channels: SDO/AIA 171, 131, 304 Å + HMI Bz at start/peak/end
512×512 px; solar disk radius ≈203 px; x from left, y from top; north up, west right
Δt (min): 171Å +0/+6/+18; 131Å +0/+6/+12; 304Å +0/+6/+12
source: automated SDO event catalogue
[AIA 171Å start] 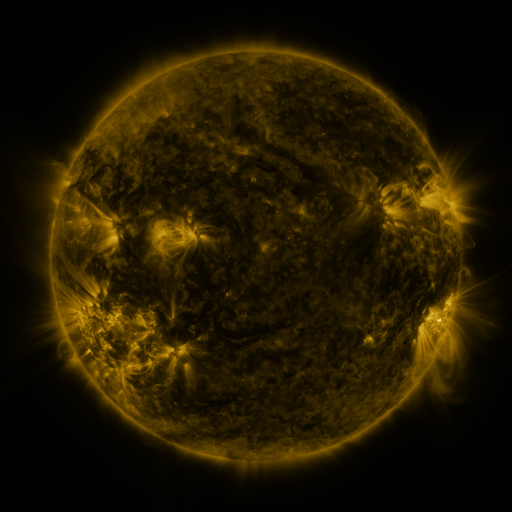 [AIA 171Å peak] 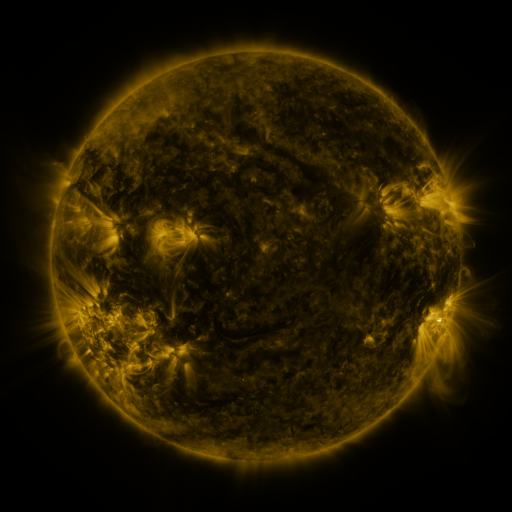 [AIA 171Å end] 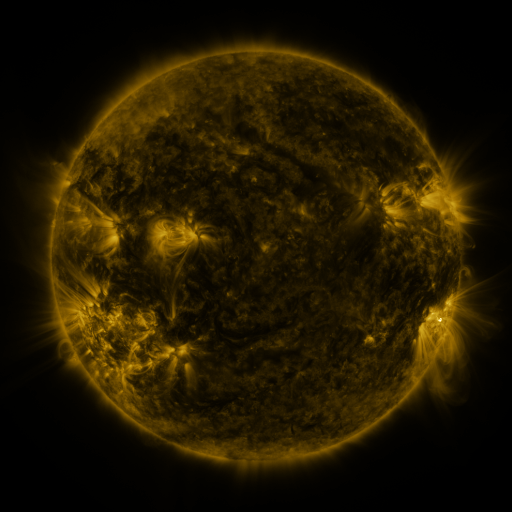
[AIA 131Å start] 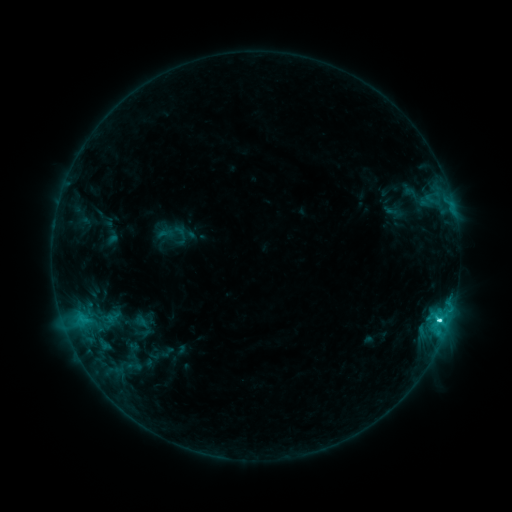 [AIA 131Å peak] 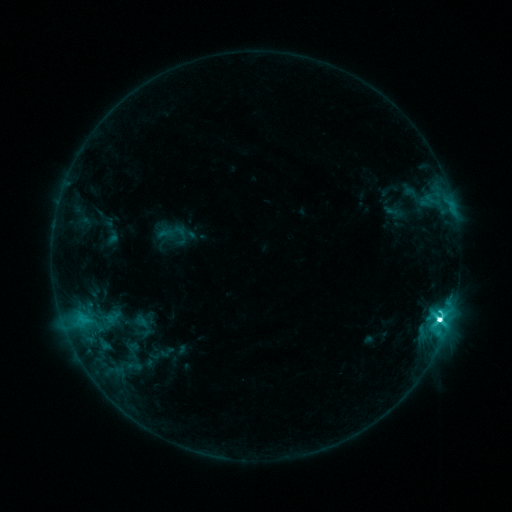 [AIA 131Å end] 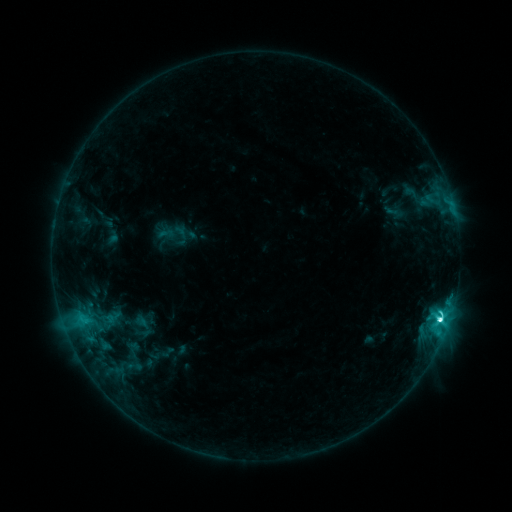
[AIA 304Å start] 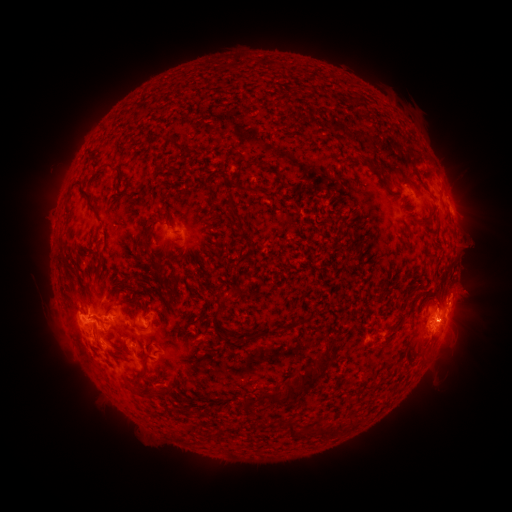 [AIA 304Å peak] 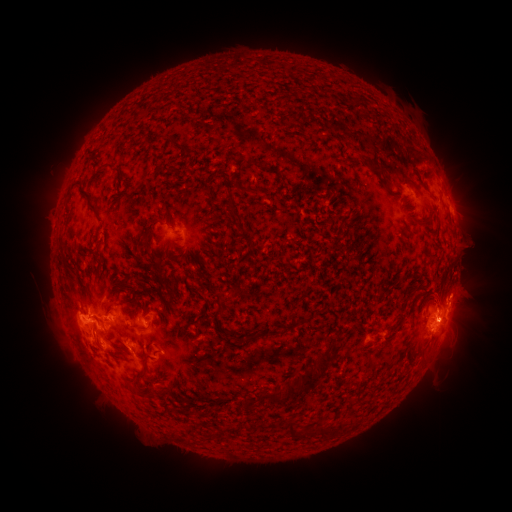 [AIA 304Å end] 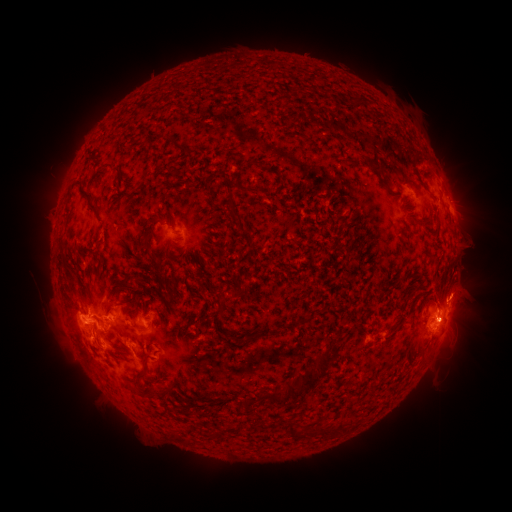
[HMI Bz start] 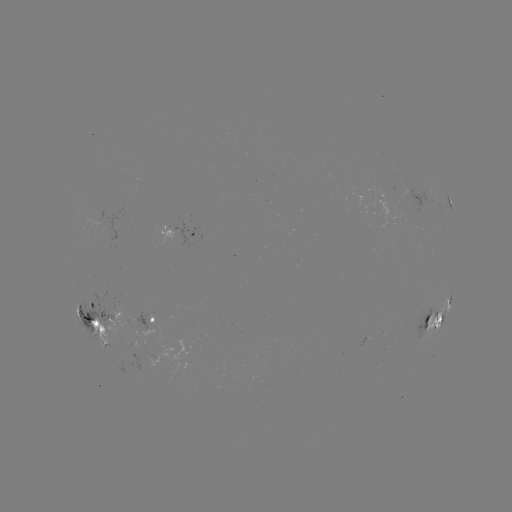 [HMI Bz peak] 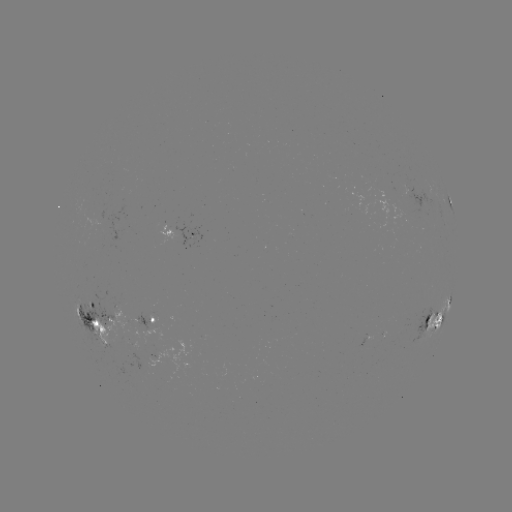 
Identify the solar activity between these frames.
M1.3 flare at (439, 316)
